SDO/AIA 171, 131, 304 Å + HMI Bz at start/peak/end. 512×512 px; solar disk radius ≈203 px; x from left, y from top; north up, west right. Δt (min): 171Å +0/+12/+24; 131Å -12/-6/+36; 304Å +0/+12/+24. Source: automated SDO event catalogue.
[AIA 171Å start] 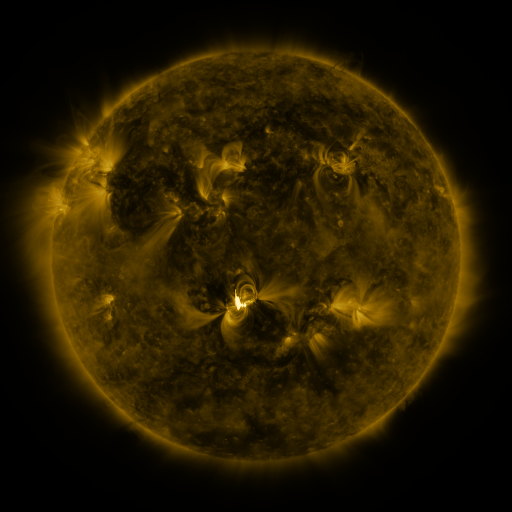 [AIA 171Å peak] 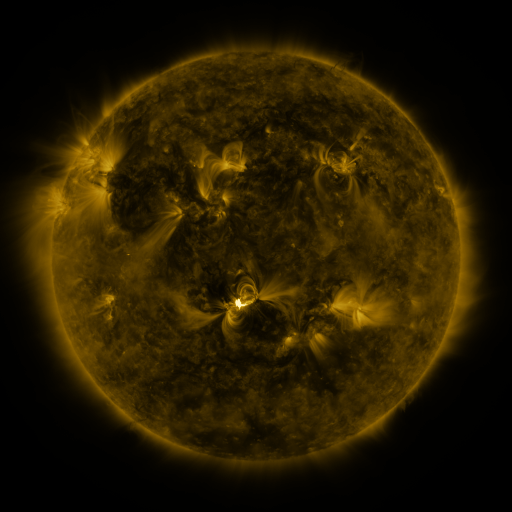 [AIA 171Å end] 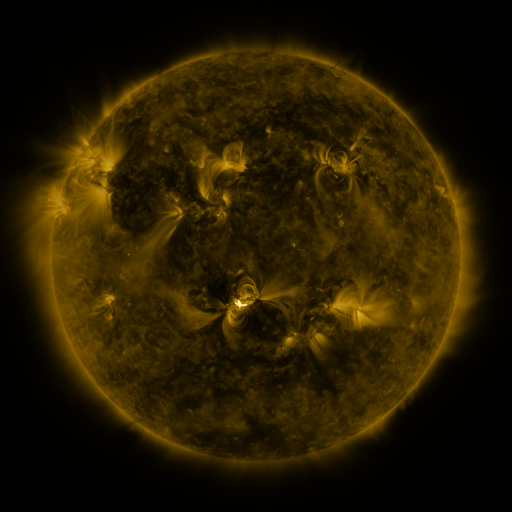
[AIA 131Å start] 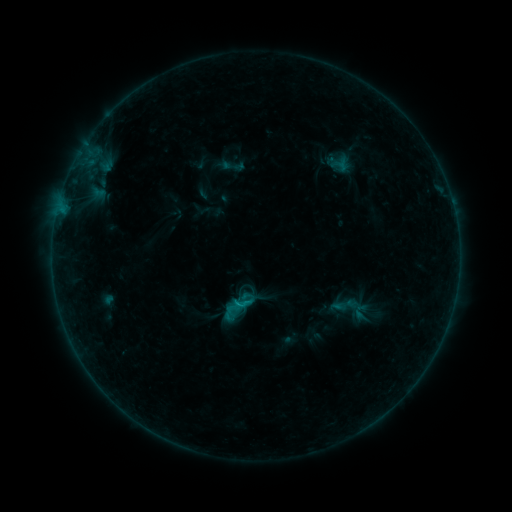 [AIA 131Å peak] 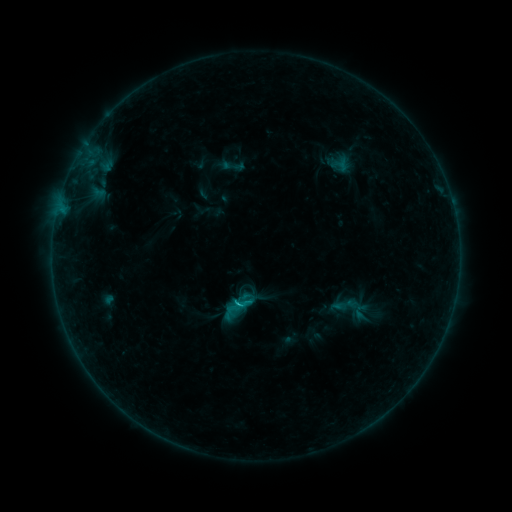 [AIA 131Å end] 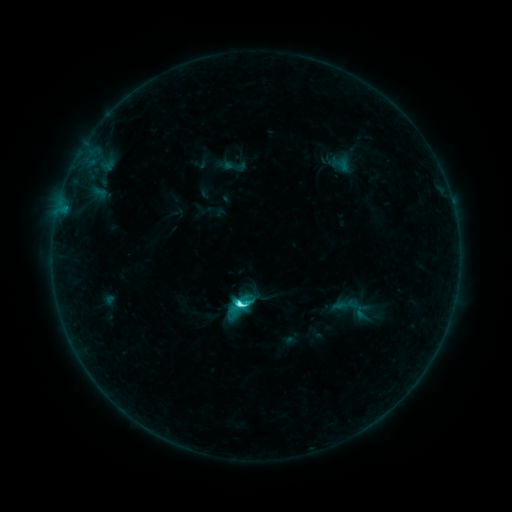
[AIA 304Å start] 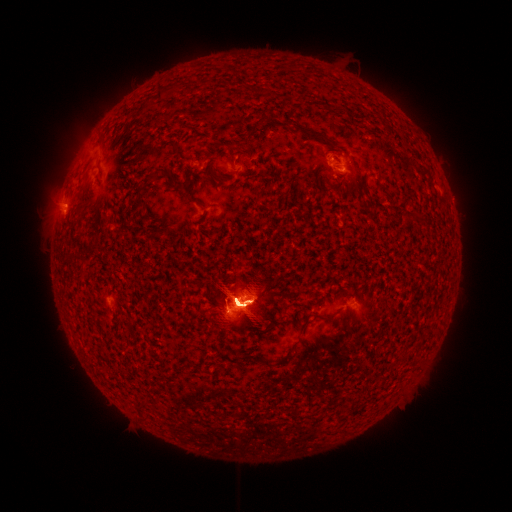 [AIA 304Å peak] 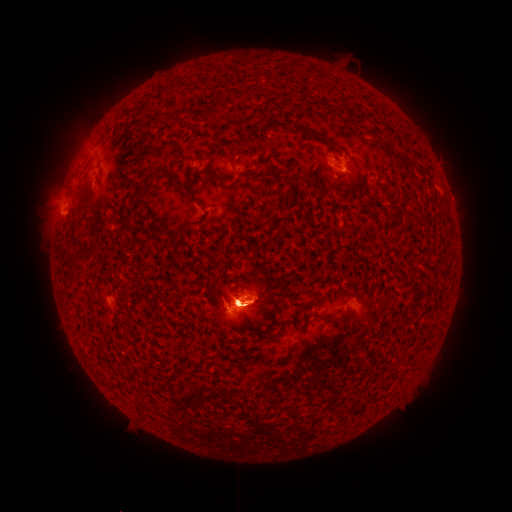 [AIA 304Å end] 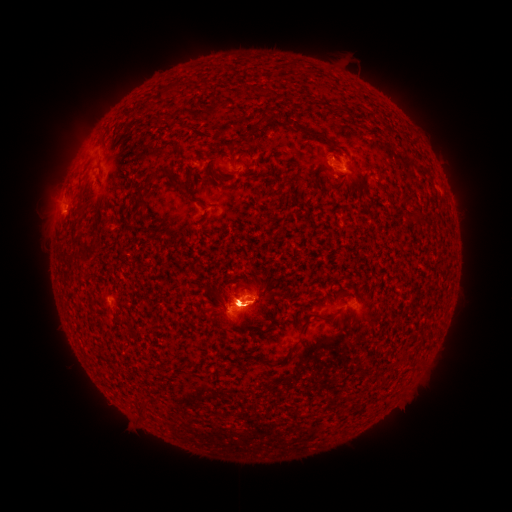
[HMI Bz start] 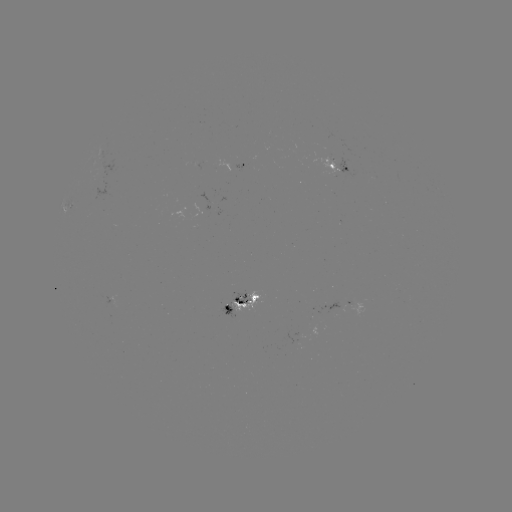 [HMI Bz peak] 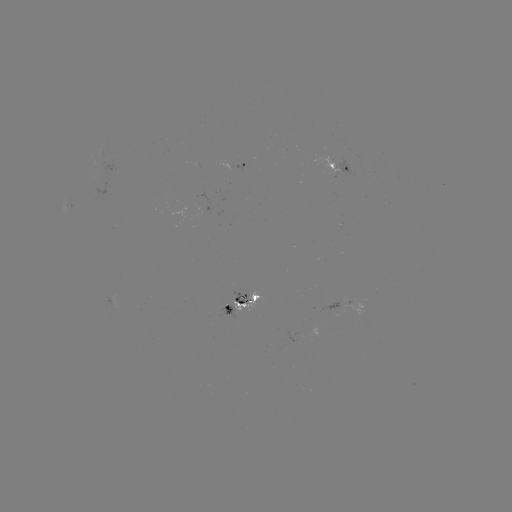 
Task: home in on eruption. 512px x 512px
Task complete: [345, 159].